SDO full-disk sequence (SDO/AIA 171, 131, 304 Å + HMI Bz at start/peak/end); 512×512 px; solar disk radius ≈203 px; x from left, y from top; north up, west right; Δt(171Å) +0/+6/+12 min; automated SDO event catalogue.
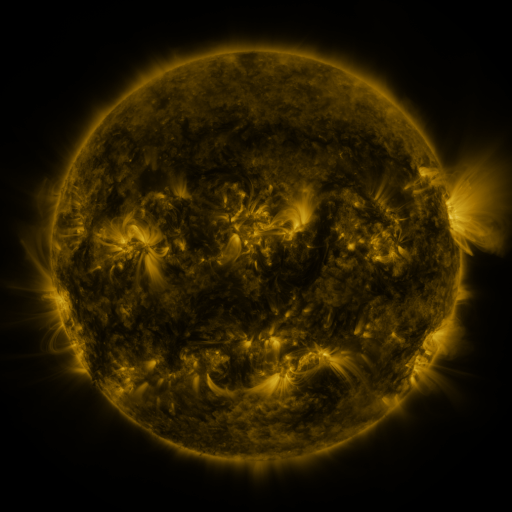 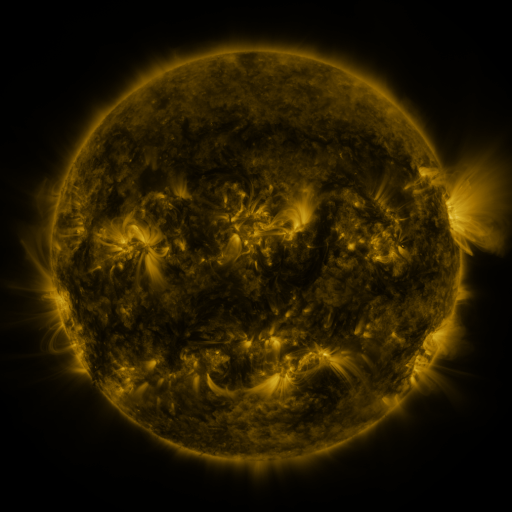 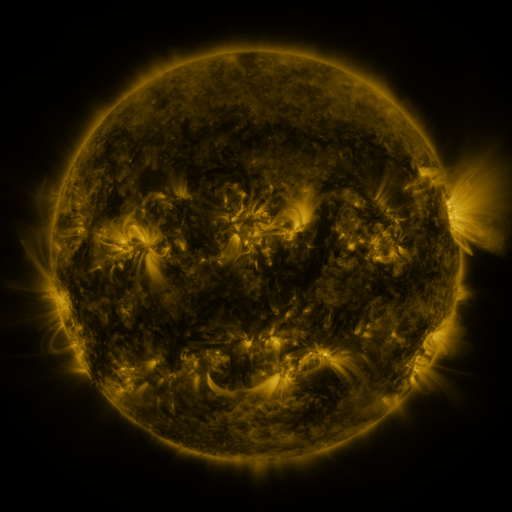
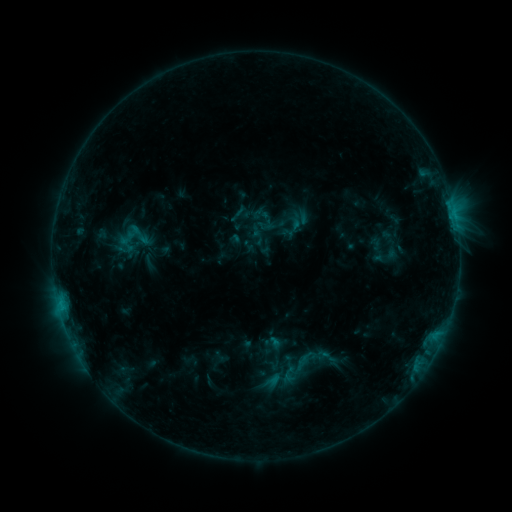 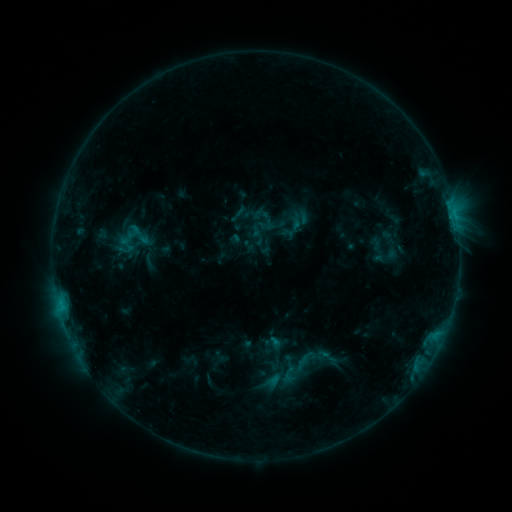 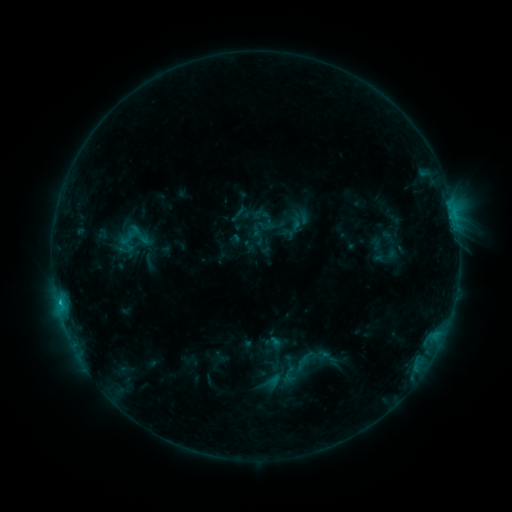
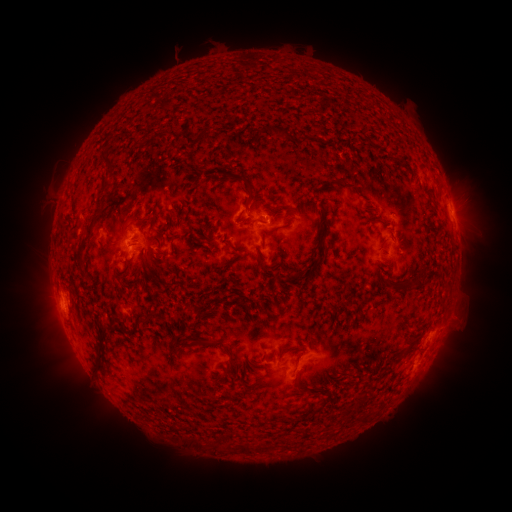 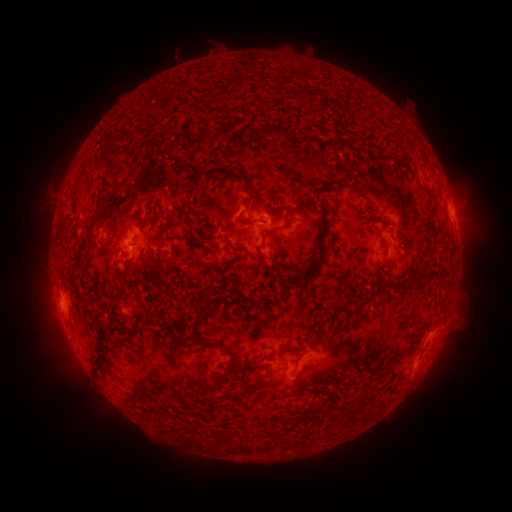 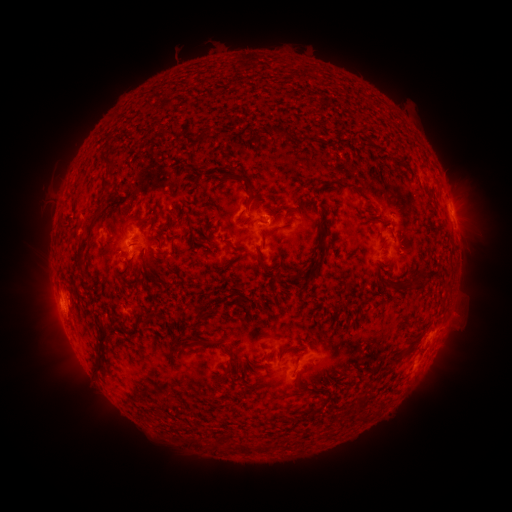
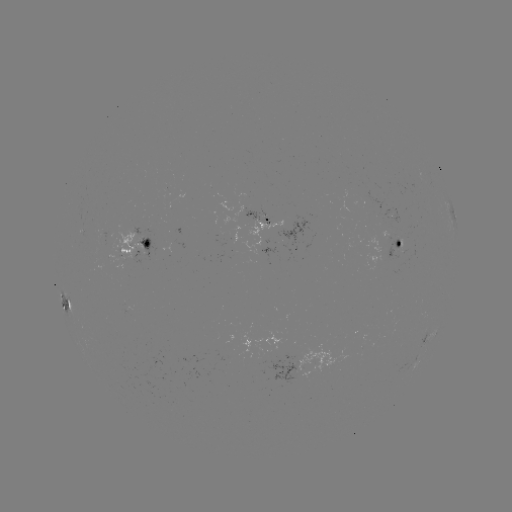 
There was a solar flare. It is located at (60, 301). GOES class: C1.2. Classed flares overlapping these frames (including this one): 1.